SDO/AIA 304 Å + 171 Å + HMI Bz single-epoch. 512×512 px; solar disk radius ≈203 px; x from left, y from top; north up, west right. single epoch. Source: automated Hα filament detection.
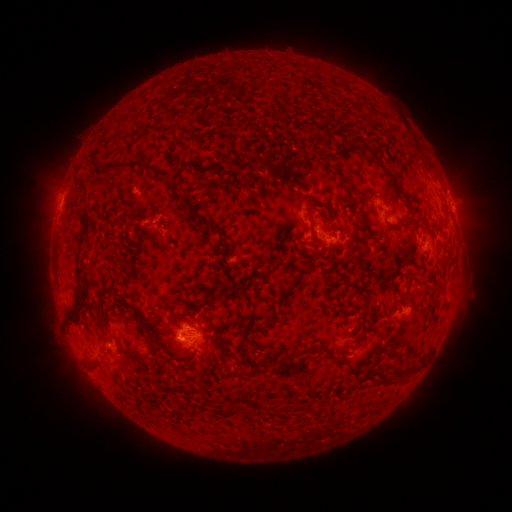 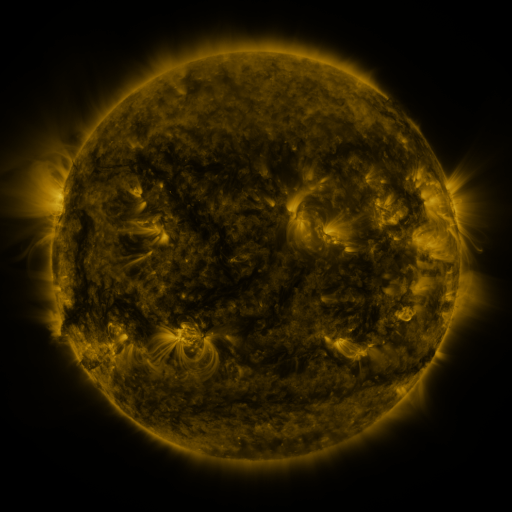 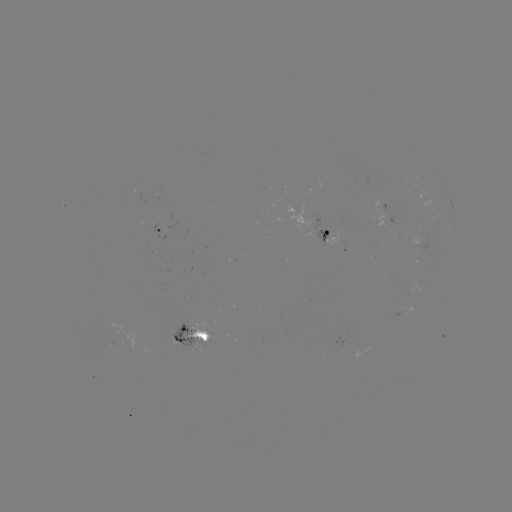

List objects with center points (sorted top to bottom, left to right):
filament: (392, 115, 402, 125)
filament: (116, 119, 128, 131)
filament: (414, 147, 431, 167)
filament: (92, 161, 138, 179)
filament: (180, 162, 193, 170)
filament: (182, 200, 195, 209)
filament: (305, 202, 319, 212)
filament: (75, 211, 86, 222)
filament: (398, 213, 413, 227)
filament: (195, 217, 221, 236)
filament: (68, 266, 87, 326)
filament: (97, 286, 130, 329)
filament: (263, 315, 274, 326)
filament: (298, 345, 310, 355)
filament: (405, 364, 414, 374)
filament: (390, 370, 406, 381)
filament: (309, 379, 319, 392)
filament: (225, 402, 237, 415)
filament: (146, 405, 192, 439)
filament: (320, 410, 351, 438)
filament: (242, 430, 309, 454)
